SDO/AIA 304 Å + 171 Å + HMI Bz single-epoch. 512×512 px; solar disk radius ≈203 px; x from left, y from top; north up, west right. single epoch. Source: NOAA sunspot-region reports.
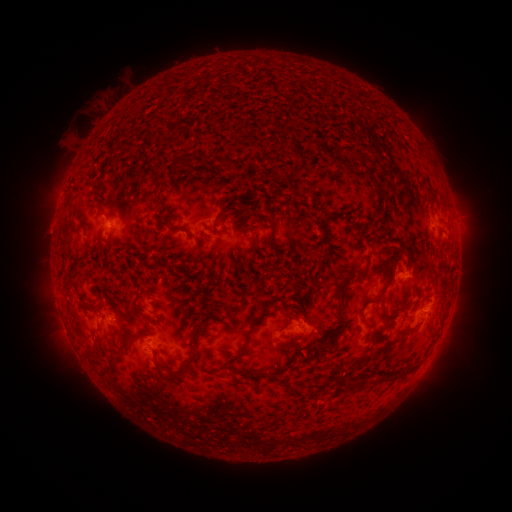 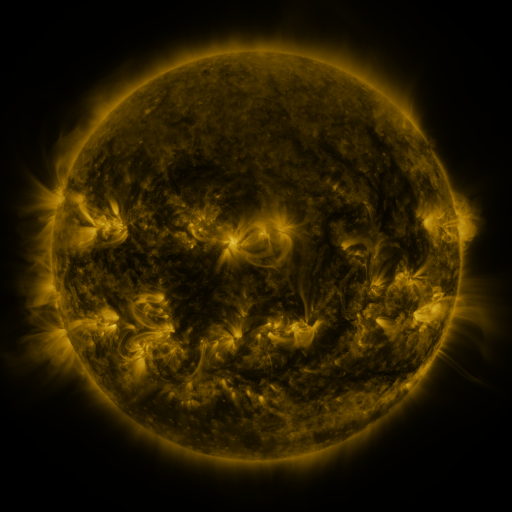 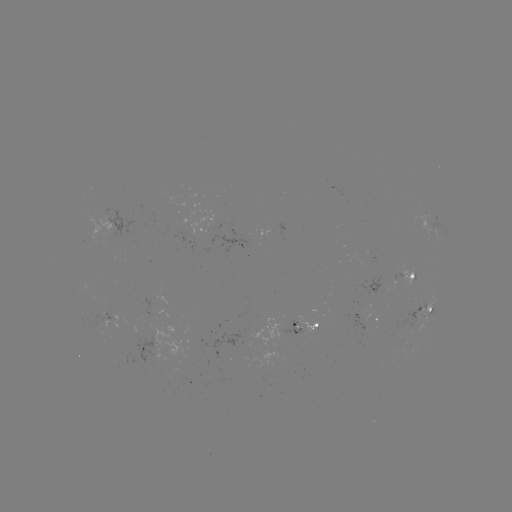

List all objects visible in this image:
spotted active region: (201, 231)
spotted active region: (414, 273)
spotted active region: (427, 306)
spotted active region: (121, 321)
spotted active region: (310, 329)
spotted active region: (170, 334)
